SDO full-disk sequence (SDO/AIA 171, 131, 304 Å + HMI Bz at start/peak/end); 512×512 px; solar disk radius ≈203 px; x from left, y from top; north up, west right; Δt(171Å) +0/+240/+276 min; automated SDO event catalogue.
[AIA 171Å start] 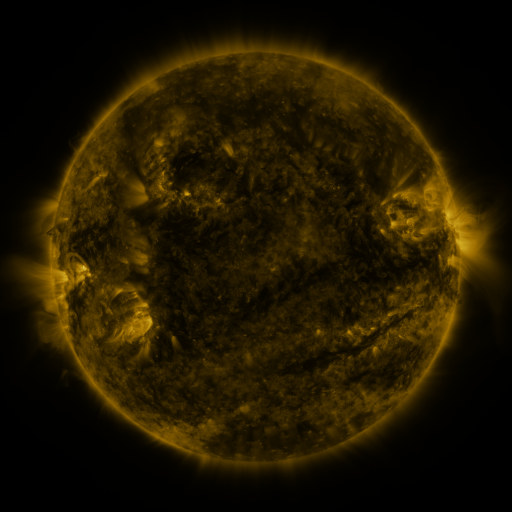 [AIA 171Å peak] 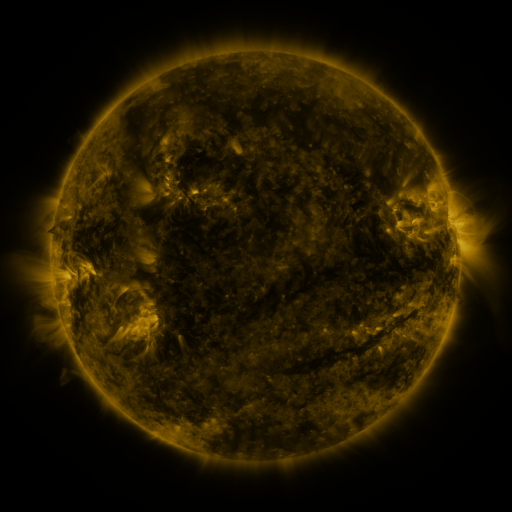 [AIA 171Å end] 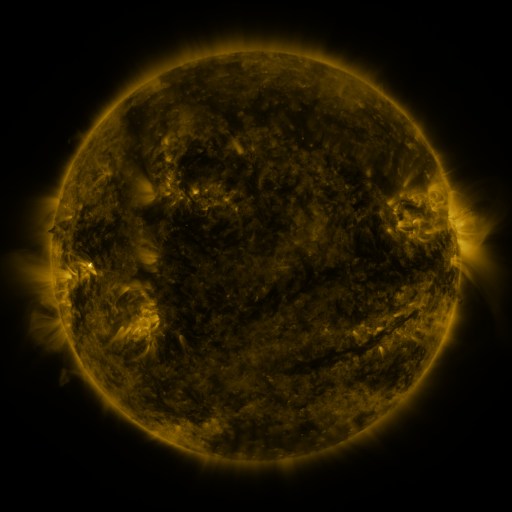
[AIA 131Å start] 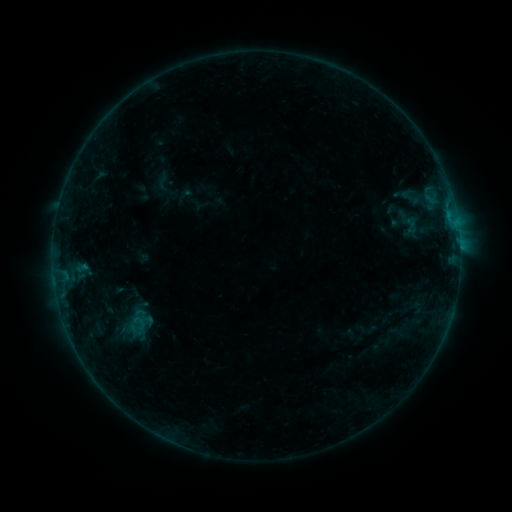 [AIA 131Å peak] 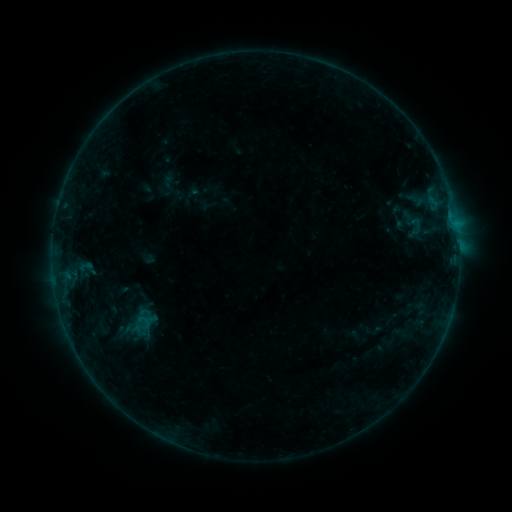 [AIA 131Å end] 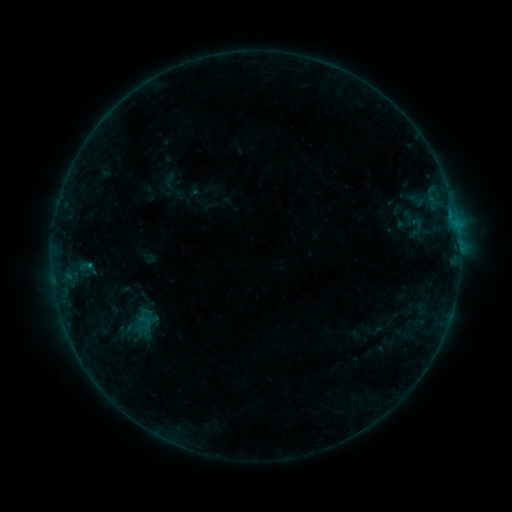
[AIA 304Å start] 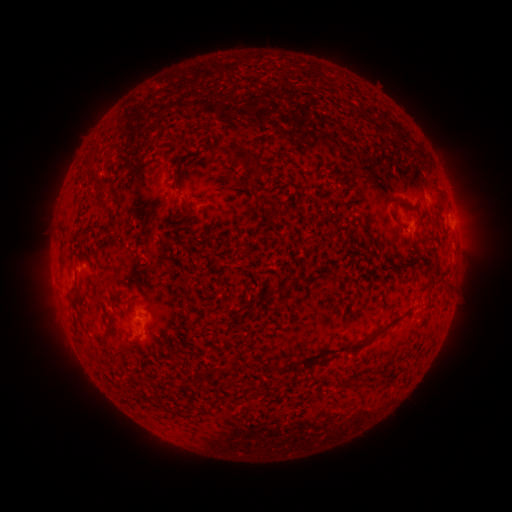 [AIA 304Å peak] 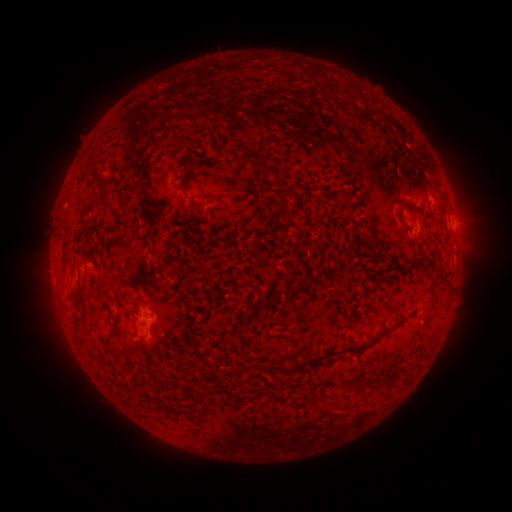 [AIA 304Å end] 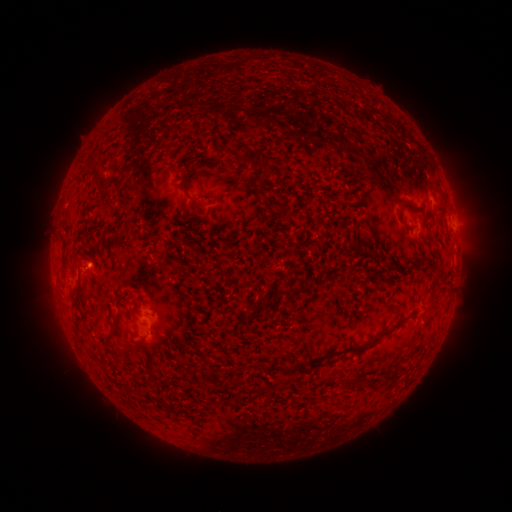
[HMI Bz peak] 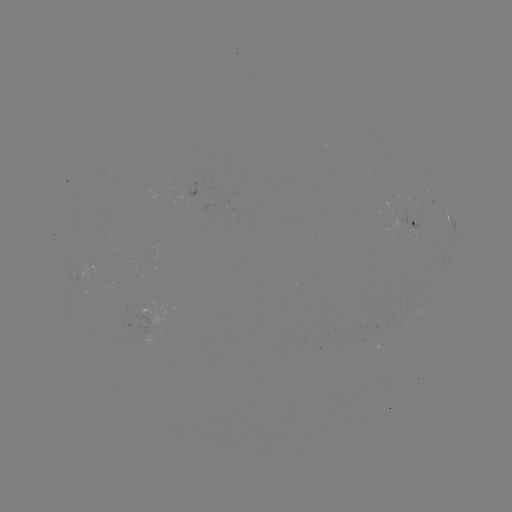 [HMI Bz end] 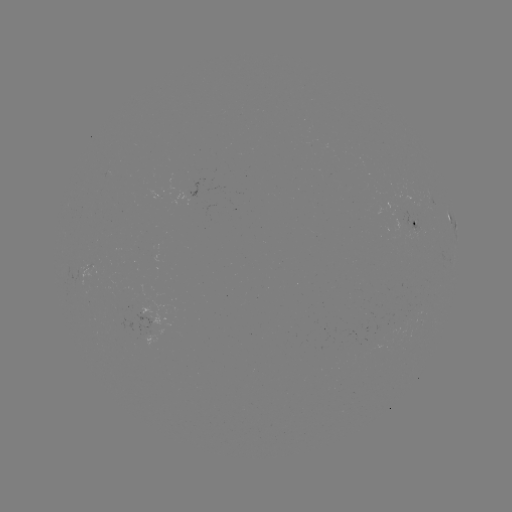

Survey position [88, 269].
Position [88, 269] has emerging-flux region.